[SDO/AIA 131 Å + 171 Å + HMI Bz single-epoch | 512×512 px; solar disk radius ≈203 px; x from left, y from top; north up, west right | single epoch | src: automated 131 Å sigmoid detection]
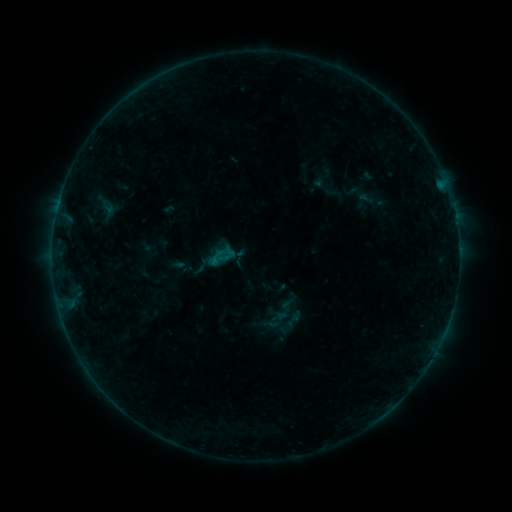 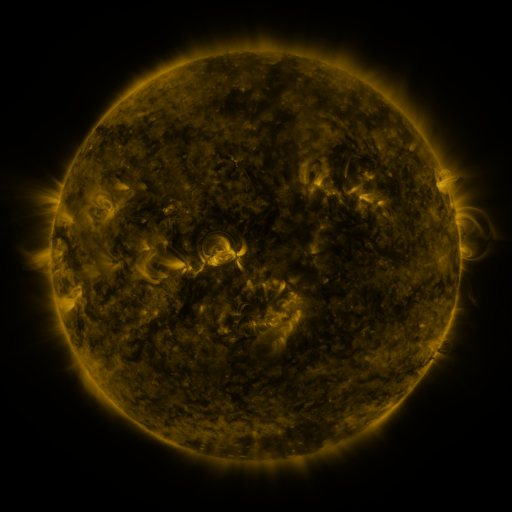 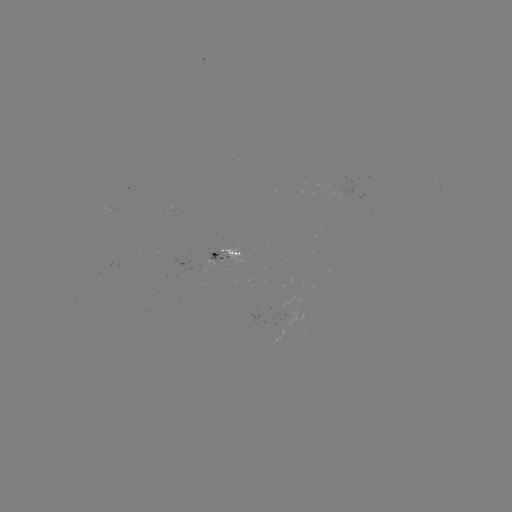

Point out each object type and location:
sigmoid: (216, 258)
